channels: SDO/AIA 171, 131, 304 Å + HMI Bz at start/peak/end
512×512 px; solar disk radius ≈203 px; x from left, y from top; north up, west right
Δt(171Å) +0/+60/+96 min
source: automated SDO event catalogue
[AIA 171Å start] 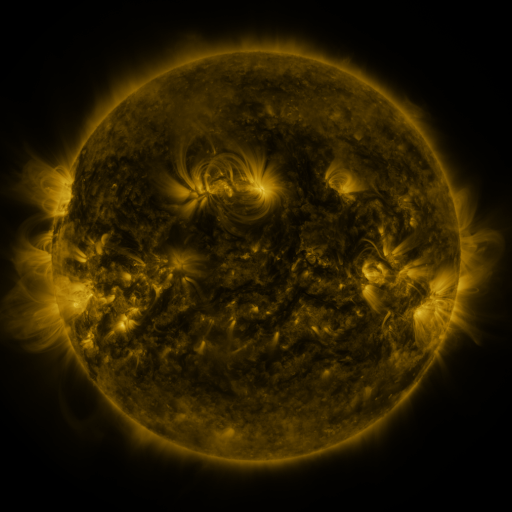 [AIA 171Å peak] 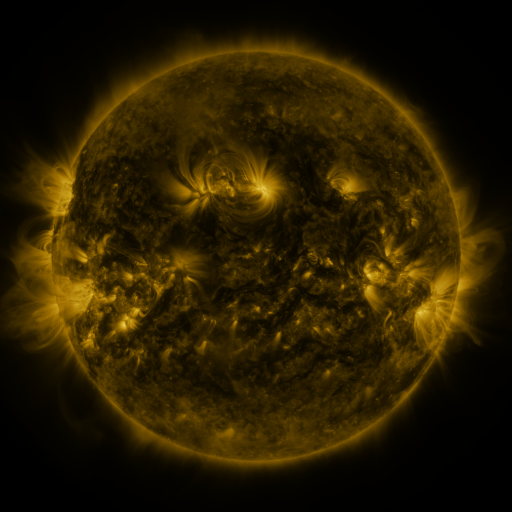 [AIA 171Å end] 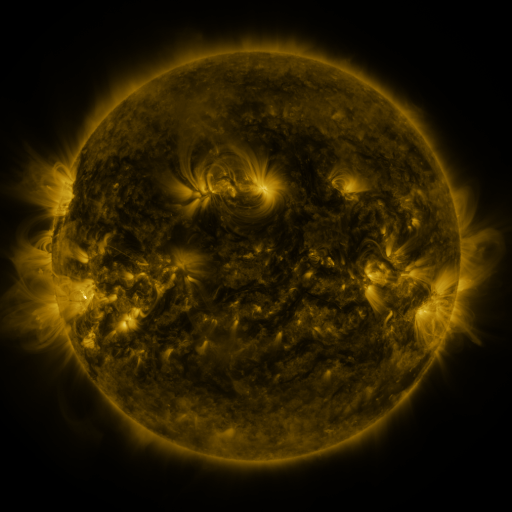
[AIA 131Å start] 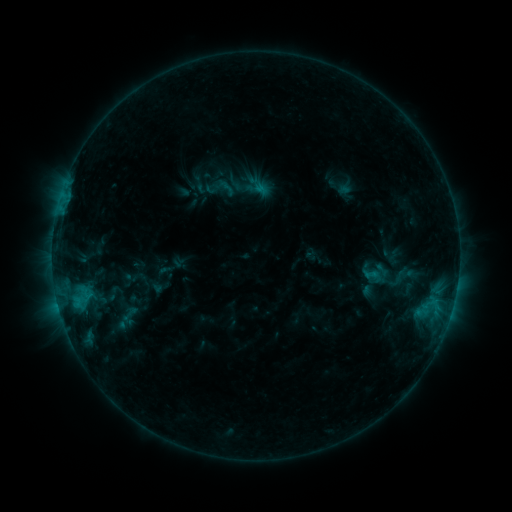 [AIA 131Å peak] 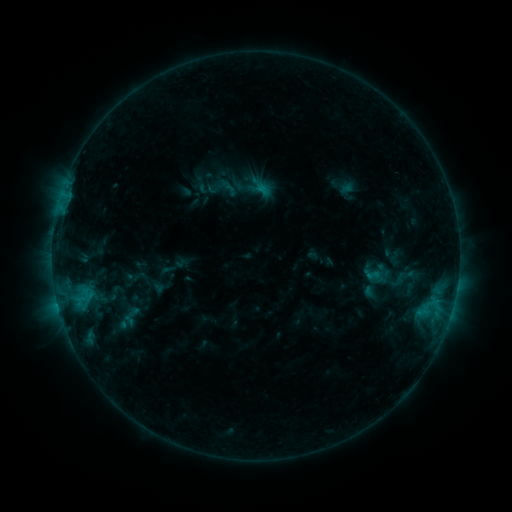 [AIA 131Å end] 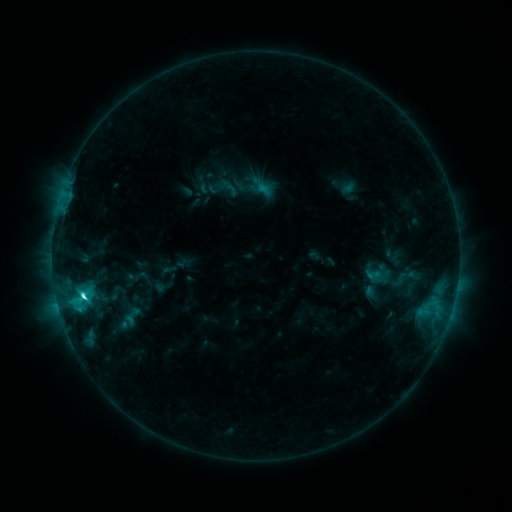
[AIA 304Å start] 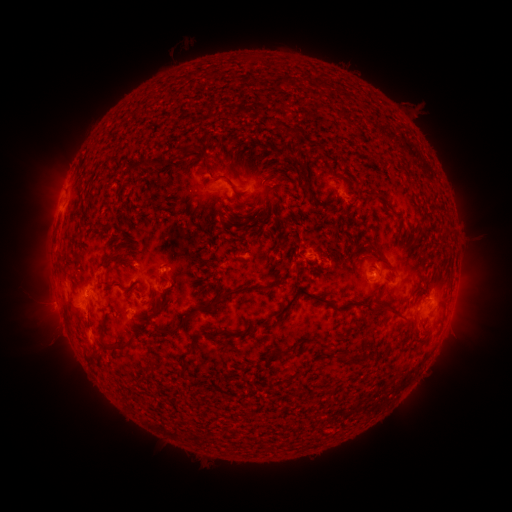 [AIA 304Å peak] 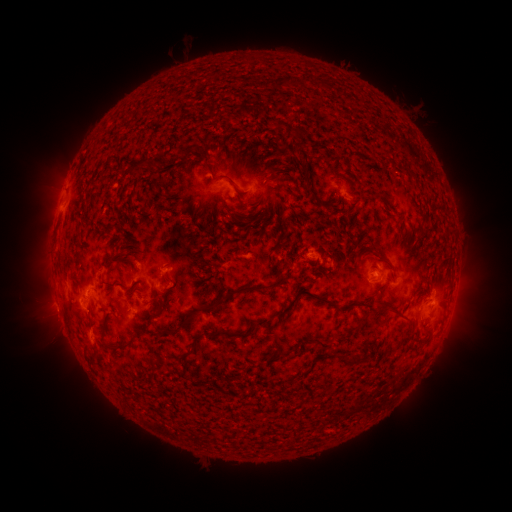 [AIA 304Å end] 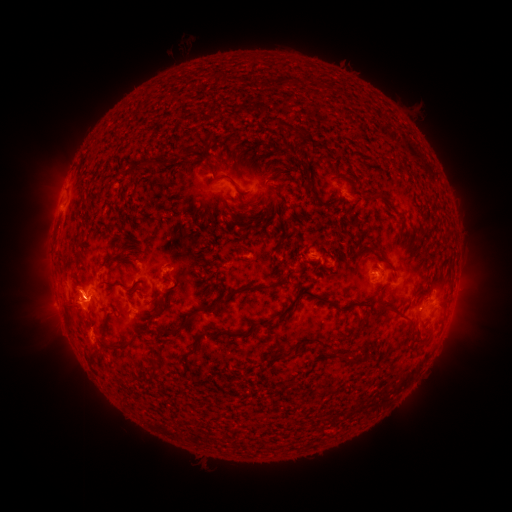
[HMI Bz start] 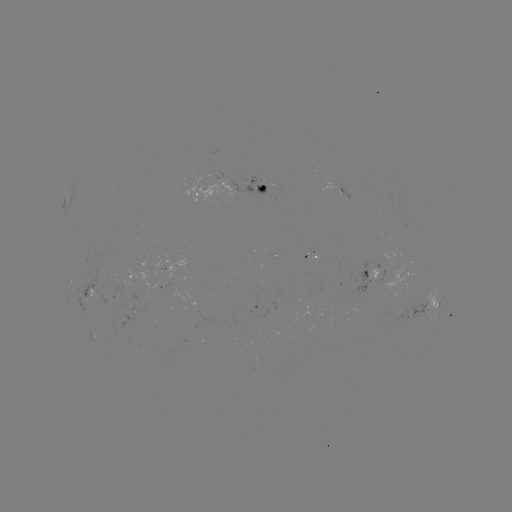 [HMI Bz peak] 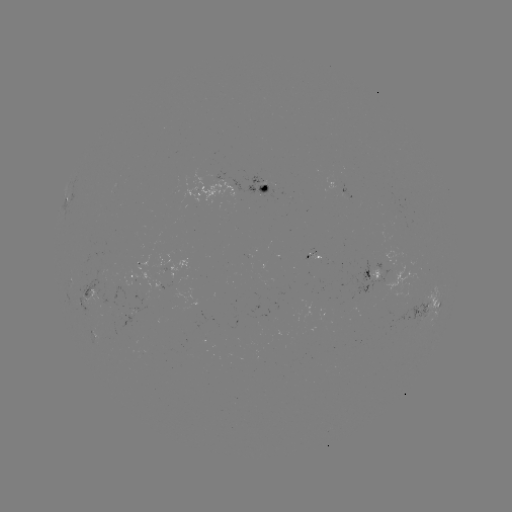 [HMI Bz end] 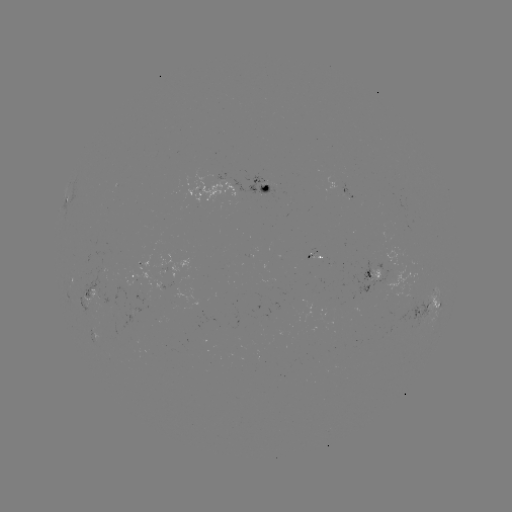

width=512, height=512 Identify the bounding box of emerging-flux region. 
[151, 252, 187, 288].